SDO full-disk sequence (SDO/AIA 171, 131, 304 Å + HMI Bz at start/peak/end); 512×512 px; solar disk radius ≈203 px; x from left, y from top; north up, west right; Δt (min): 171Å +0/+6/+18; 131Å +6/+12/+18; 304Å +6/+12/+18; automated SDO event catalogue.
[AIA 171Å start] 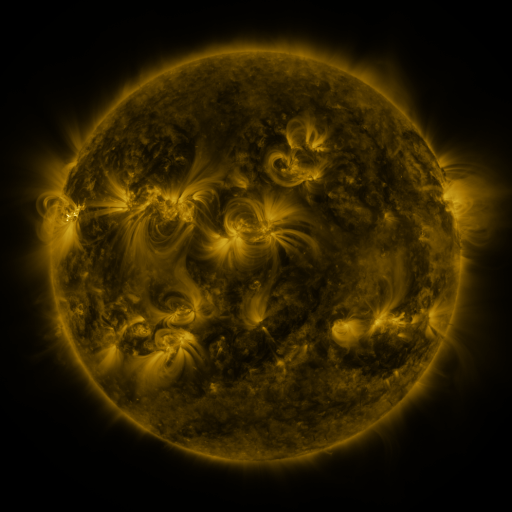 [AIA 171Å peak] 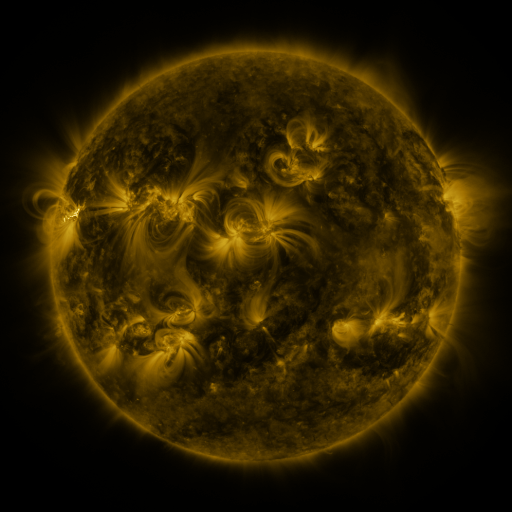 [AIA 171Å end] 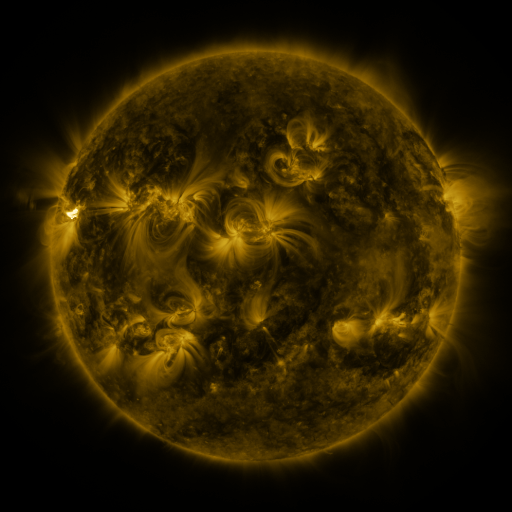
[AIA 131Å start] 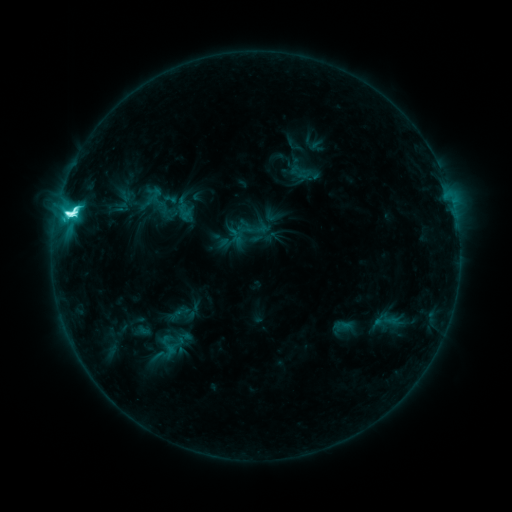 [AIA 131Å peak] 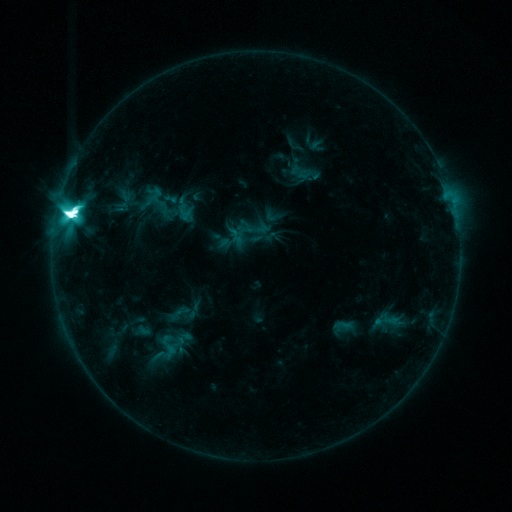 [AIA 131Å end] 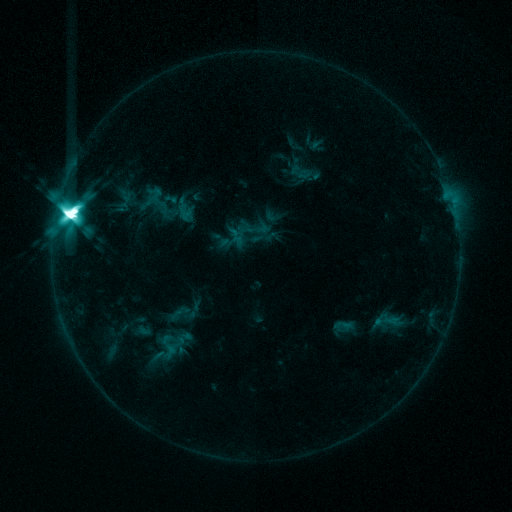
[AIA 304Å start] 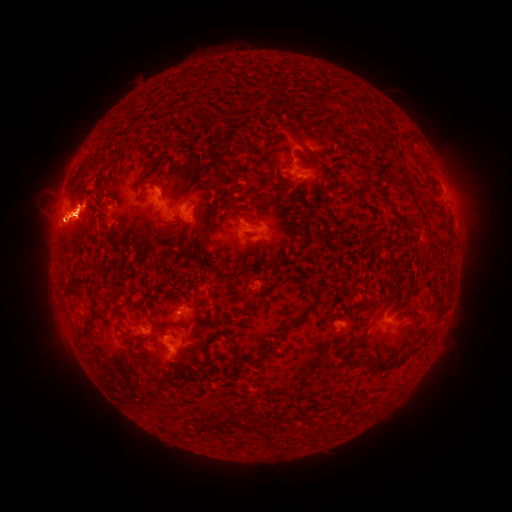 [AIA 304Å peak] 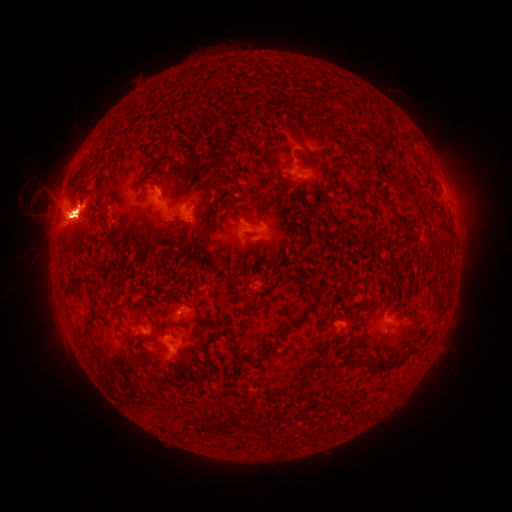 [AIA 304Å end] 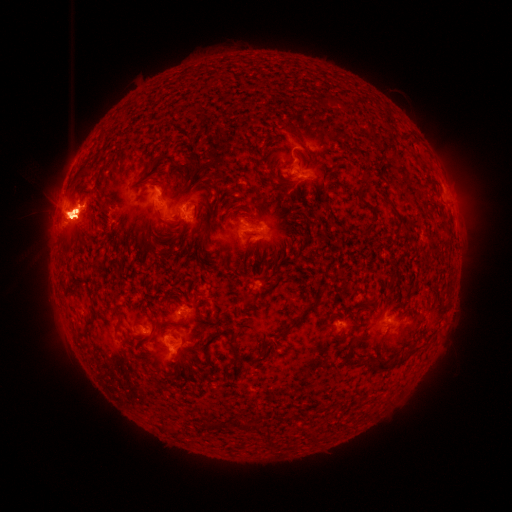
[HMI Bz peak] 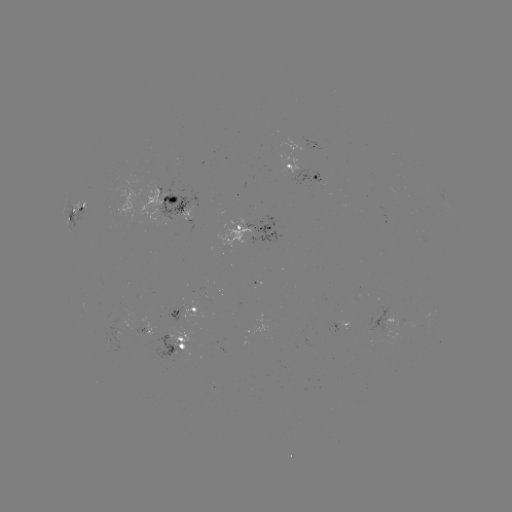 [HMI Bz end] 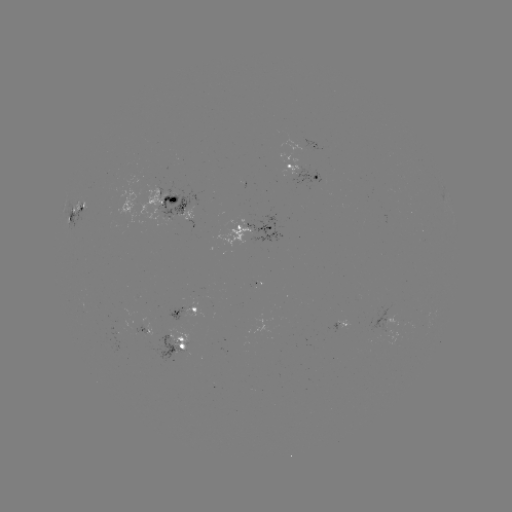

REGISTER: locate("eruption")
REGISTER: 257,254